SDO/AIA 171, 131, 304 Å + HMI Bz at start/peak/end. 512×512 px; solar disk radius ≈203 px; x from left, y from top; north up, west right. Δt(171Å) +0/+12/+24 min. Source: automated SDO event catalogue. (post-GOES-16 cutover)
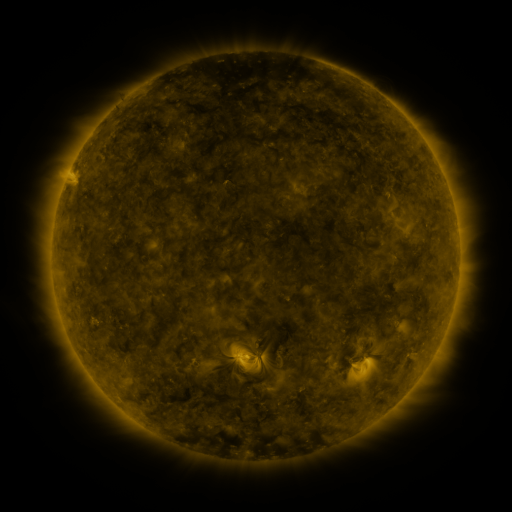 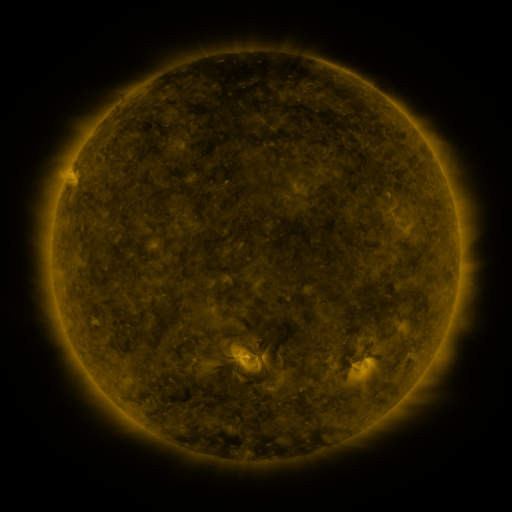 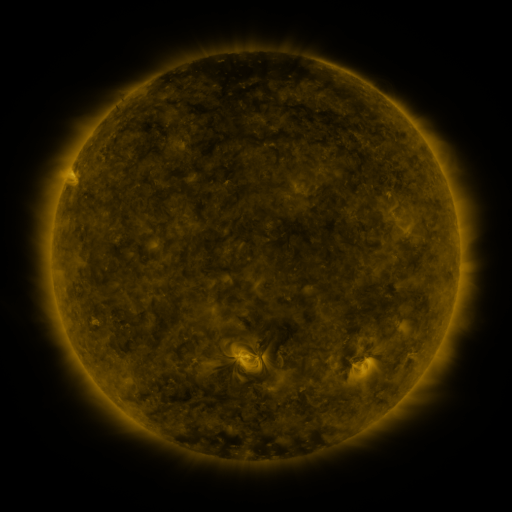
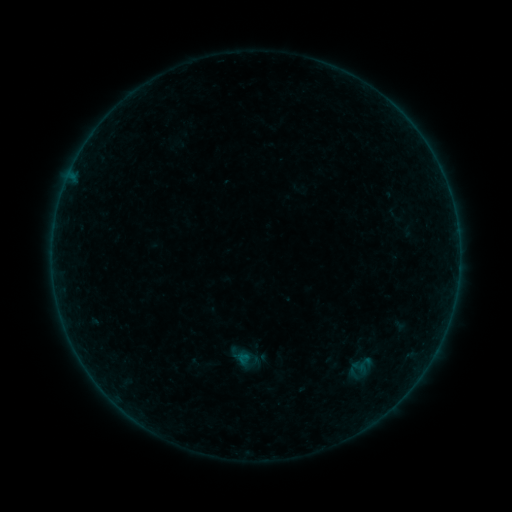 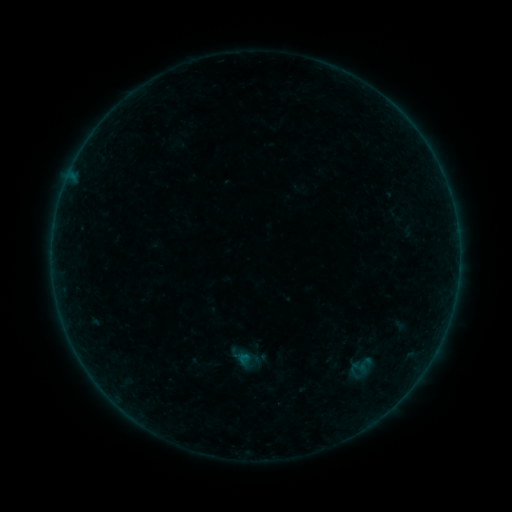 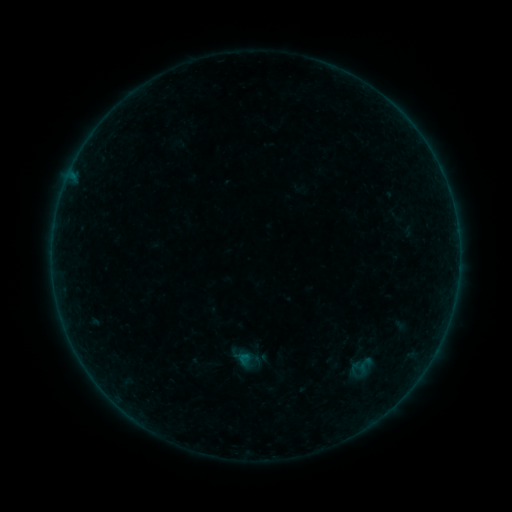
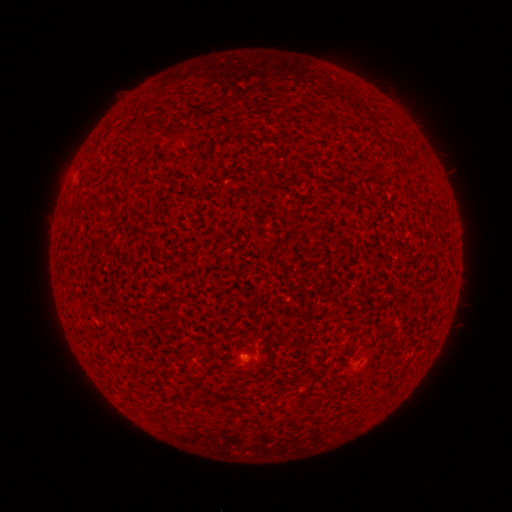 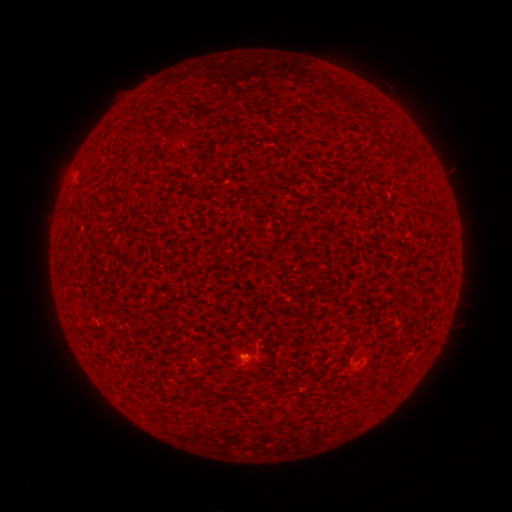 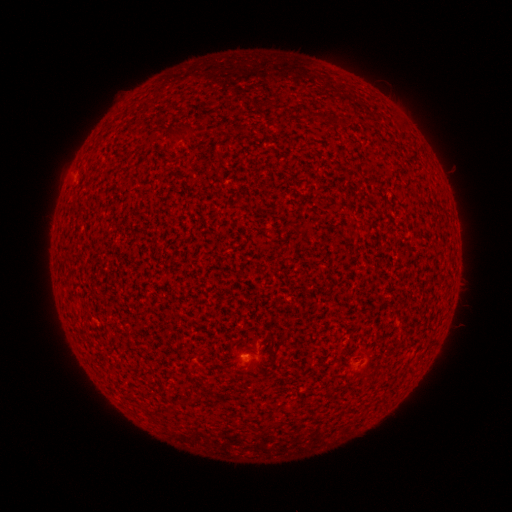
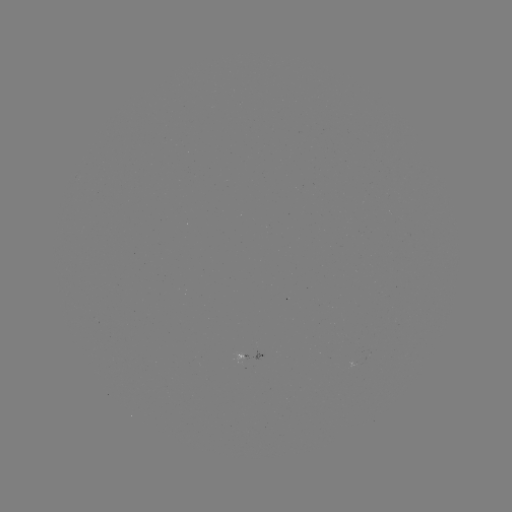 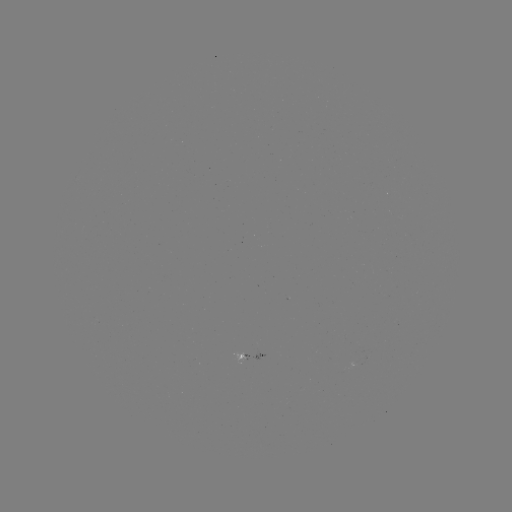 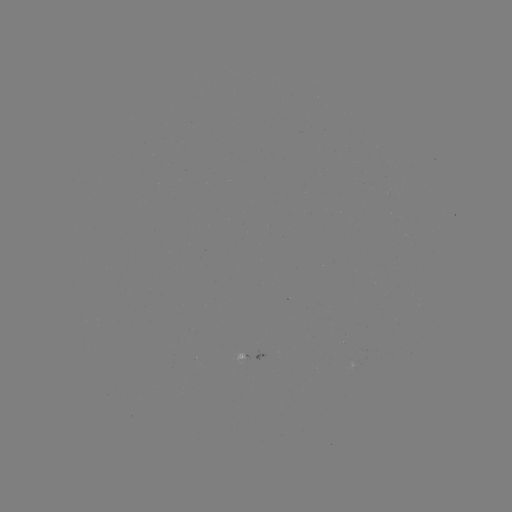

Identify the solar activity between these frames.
A3.7 flare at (246, 355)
